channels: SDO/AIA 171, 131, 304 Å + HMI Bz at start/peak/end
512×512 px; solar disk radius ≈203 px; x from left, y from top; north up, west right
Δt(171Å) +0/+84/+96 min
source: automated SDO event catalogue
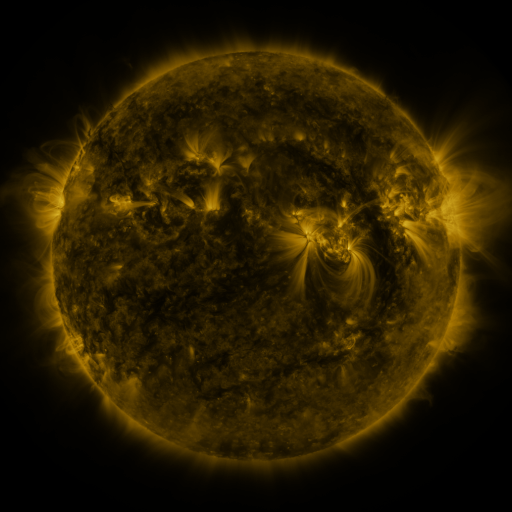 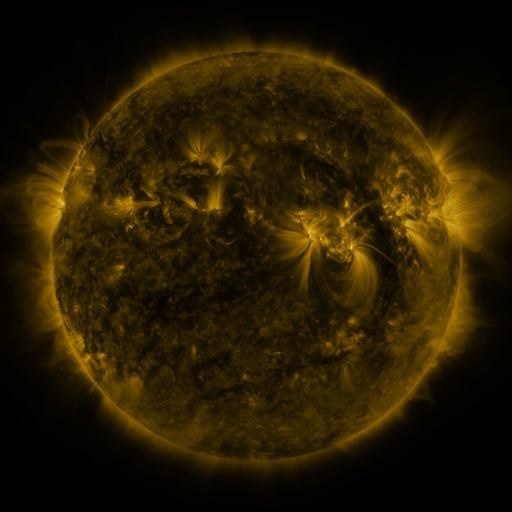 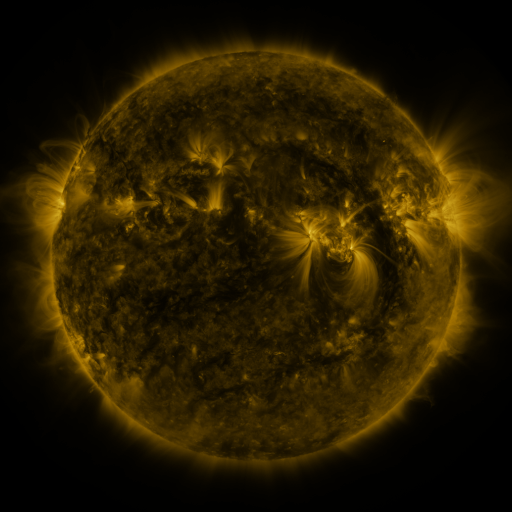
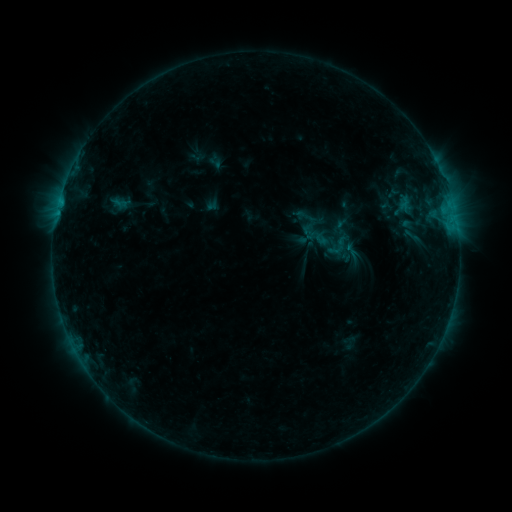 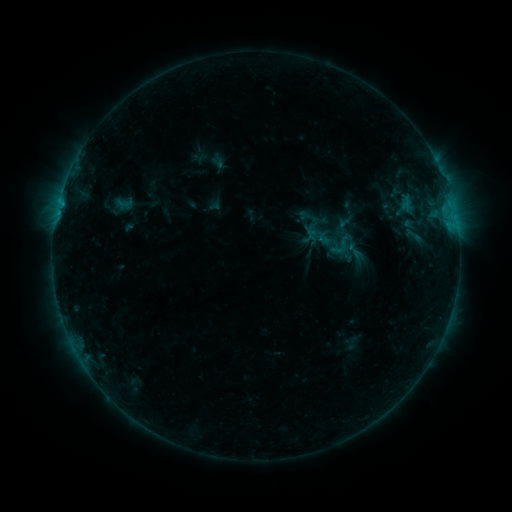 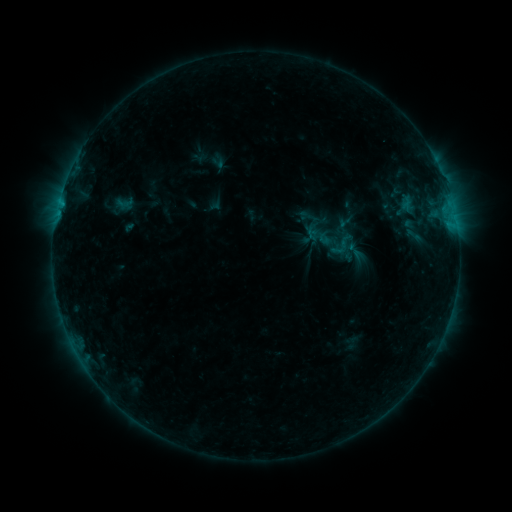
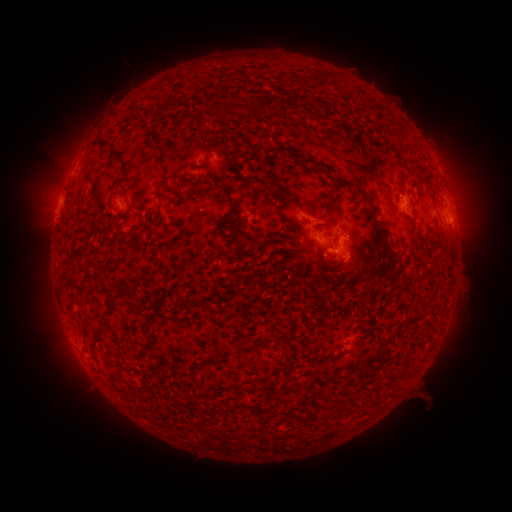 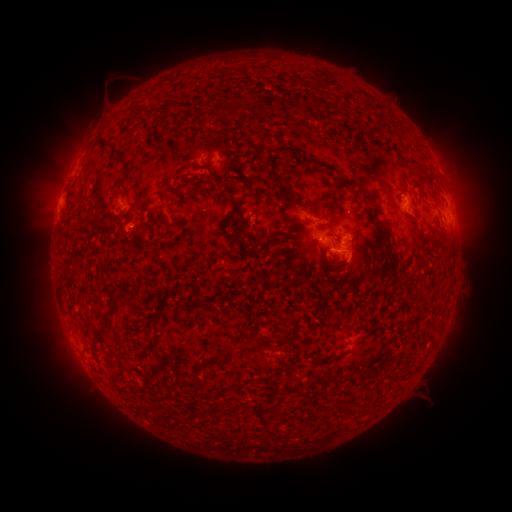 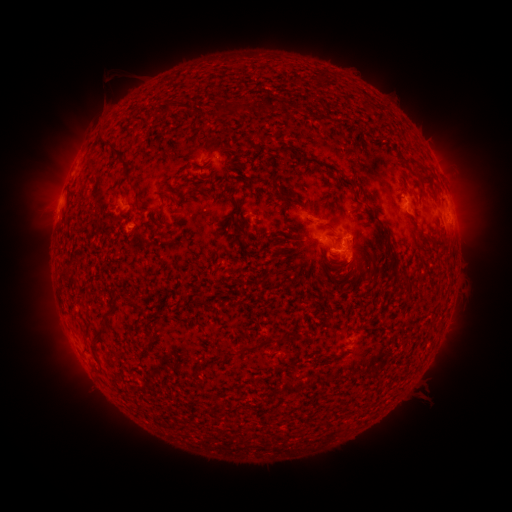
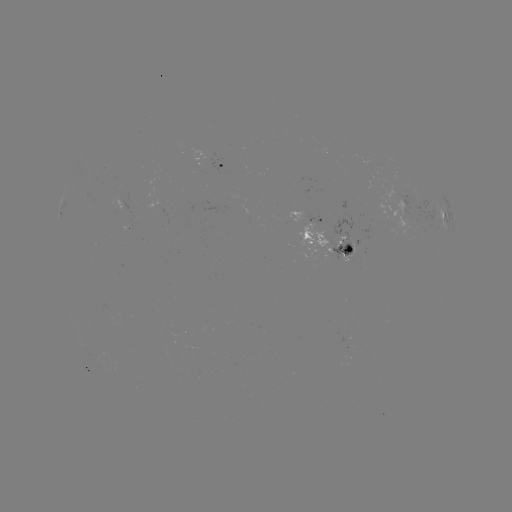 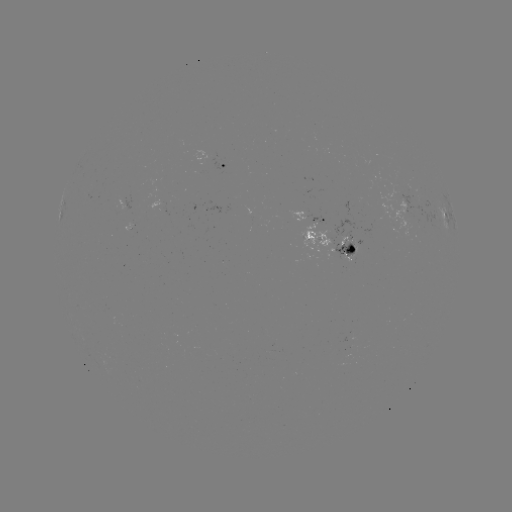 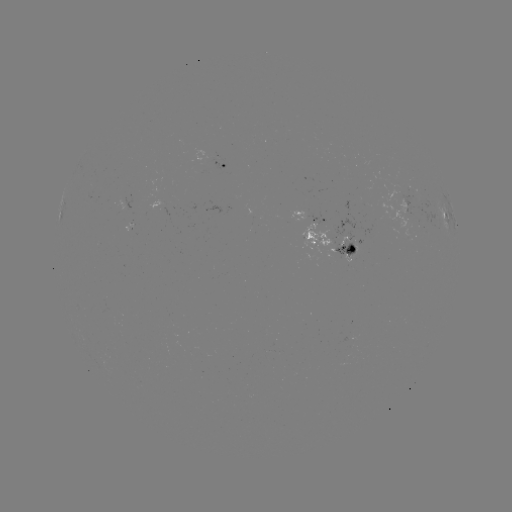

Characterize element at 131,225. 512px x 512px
emerging-flux region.